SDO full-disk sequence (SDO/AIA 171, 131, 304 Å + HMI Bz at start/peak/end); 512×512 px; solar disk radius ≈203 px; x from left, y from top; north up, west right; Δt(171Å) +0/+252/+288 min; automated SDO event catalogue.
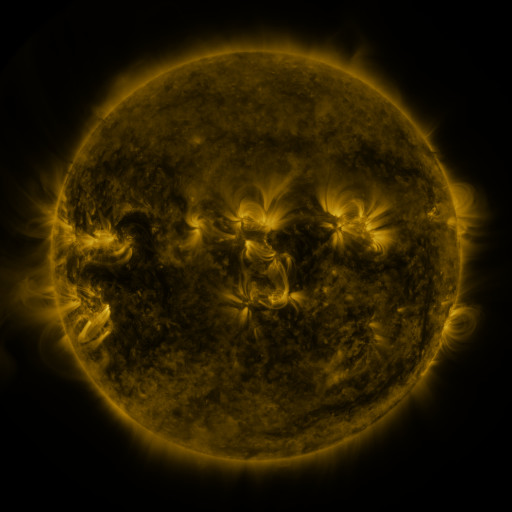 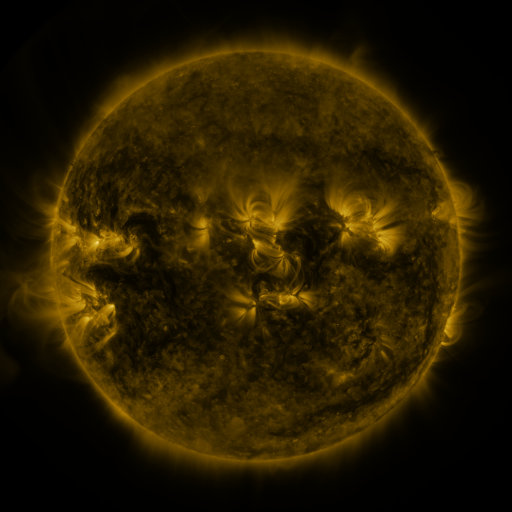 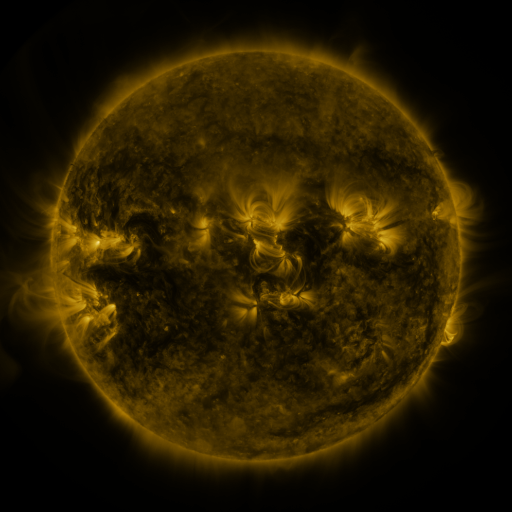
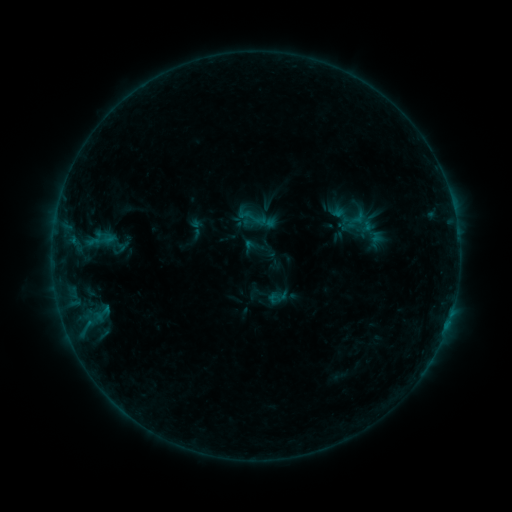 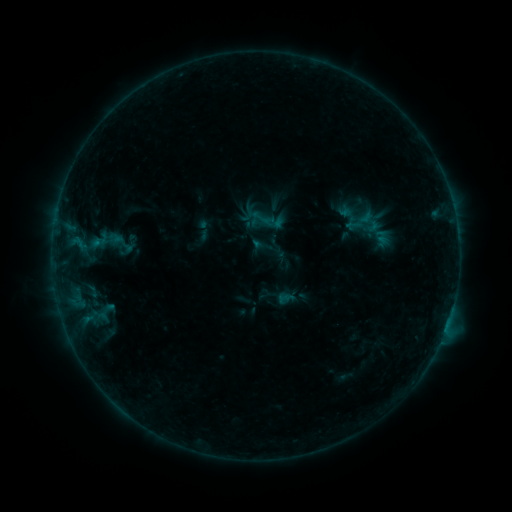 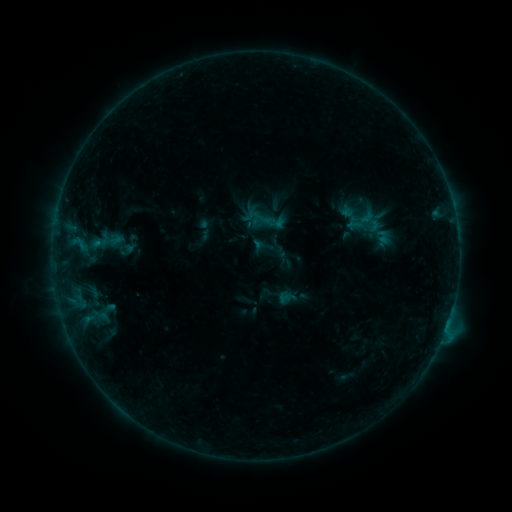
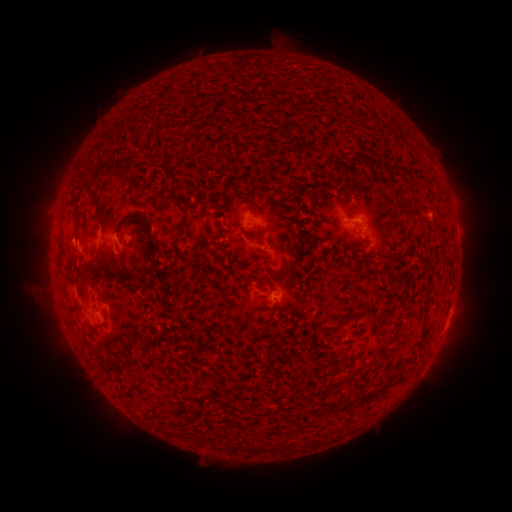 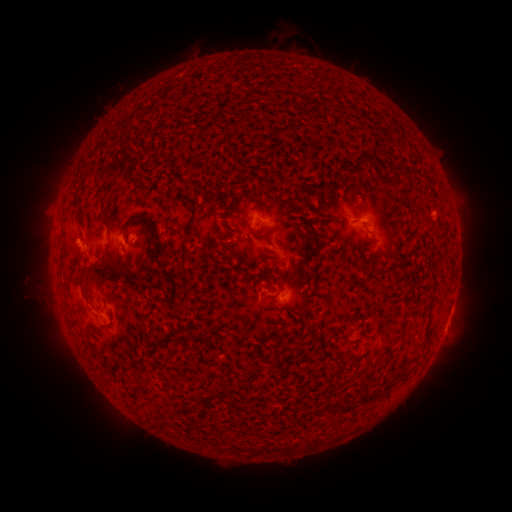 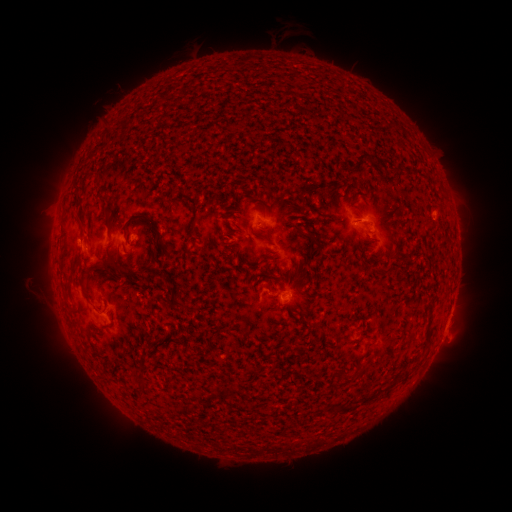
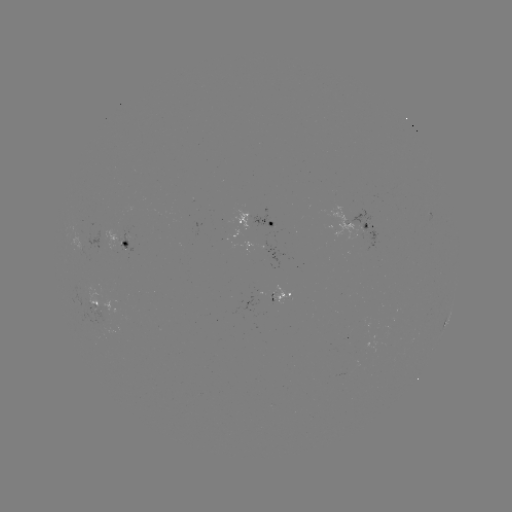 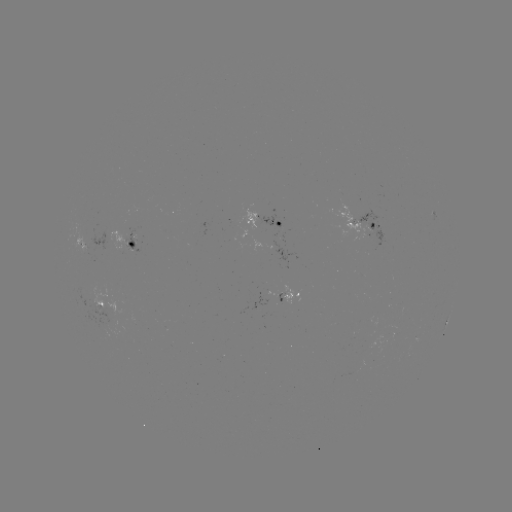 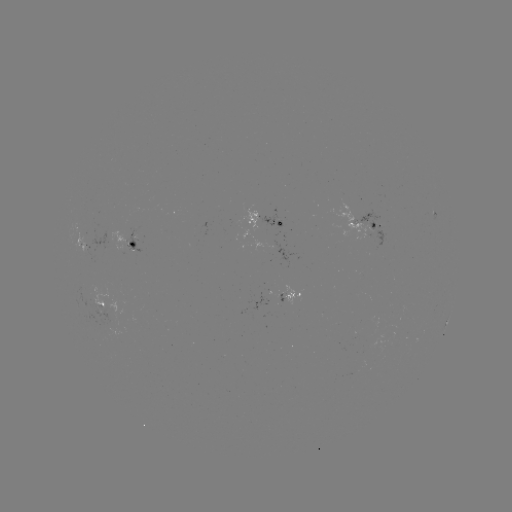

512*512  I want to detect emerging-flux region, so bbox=[126, 225, 140, 256].